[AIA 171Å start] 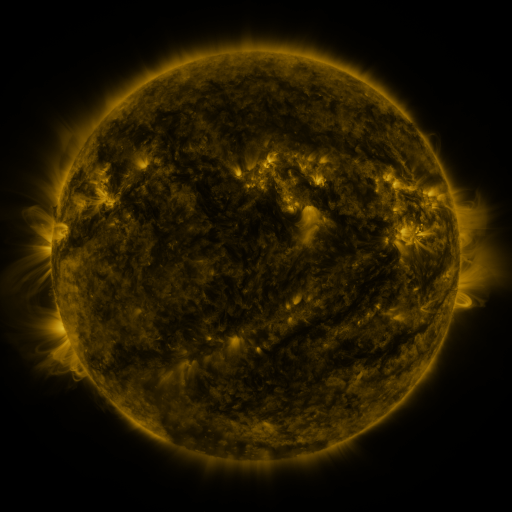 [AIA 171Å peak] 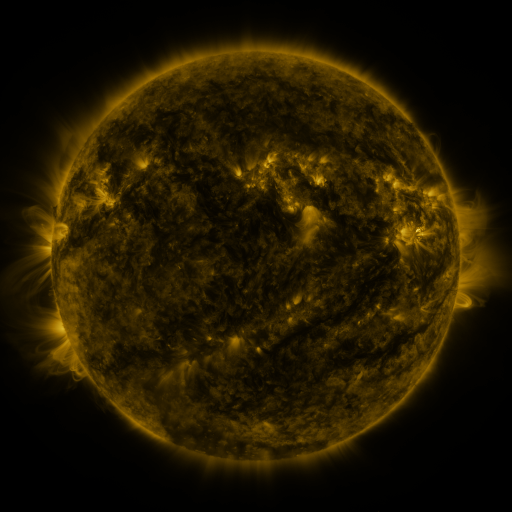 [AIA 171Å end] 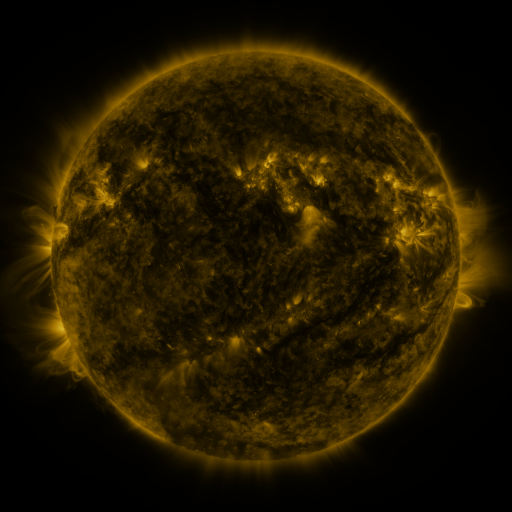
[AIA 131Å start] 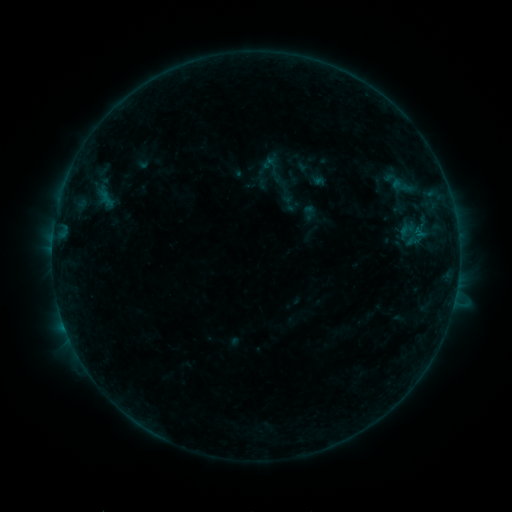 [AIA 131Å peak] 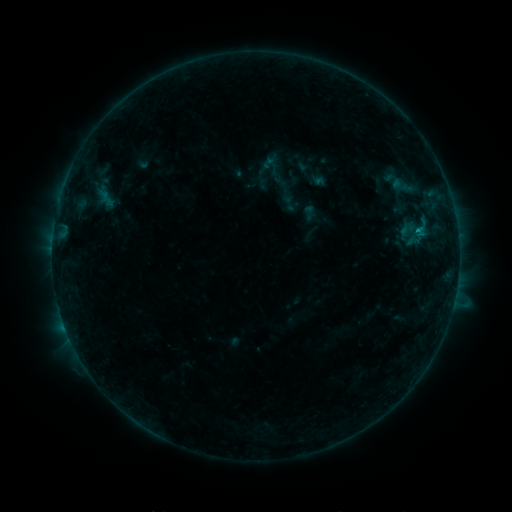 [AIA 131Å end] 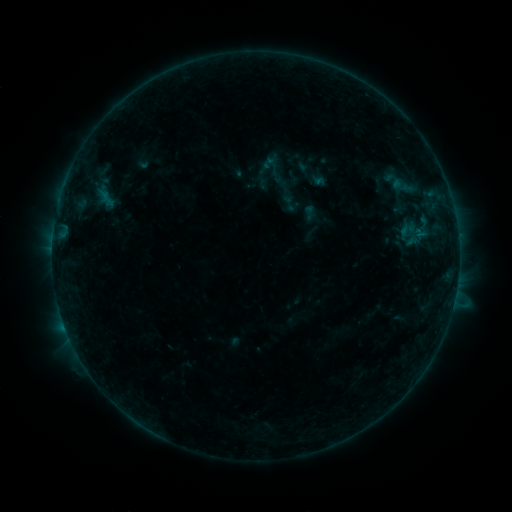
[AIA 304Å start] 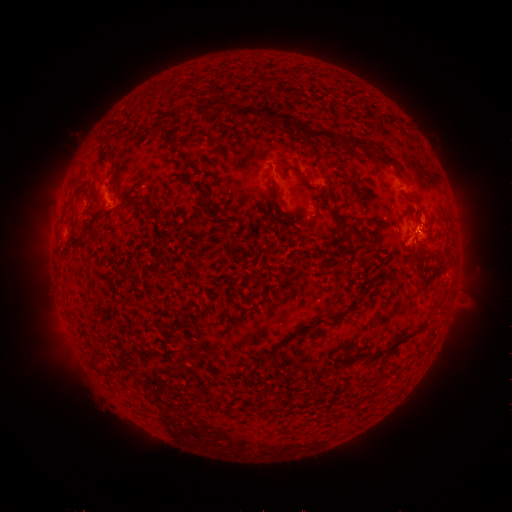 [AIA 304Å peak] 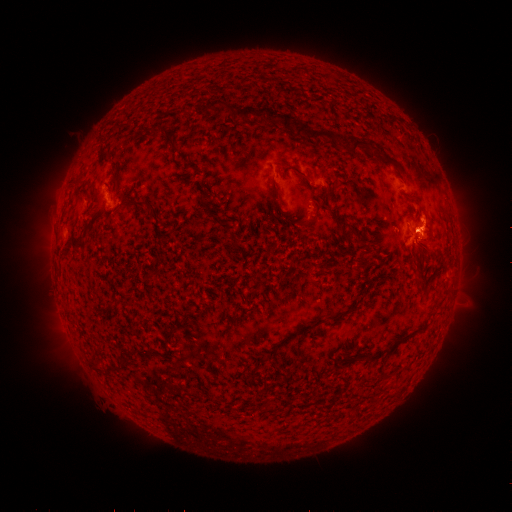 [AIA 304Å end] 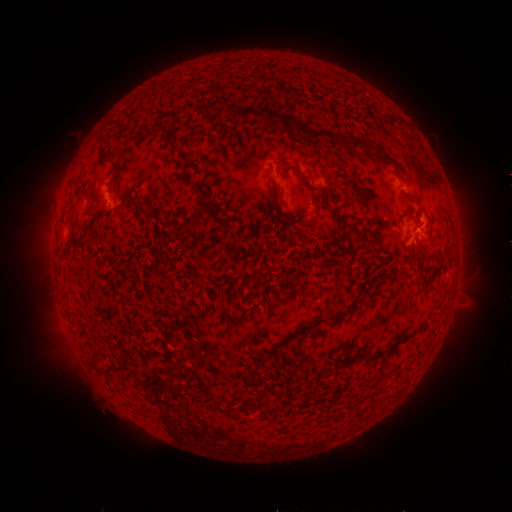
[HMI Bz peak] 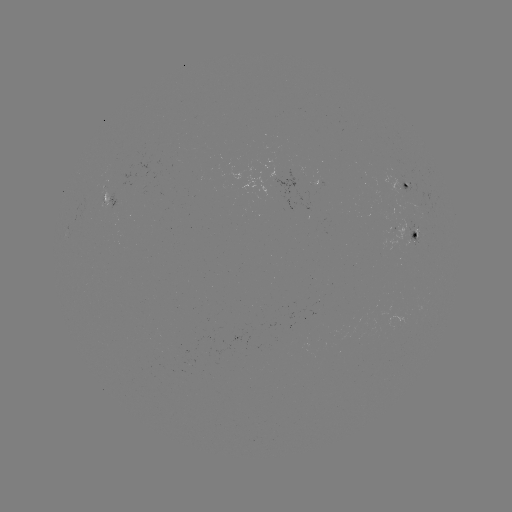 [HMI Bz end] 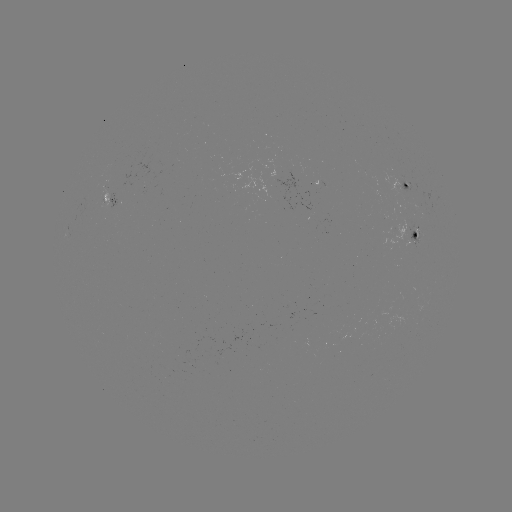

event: flare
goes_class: B5.6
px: (416, 231)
